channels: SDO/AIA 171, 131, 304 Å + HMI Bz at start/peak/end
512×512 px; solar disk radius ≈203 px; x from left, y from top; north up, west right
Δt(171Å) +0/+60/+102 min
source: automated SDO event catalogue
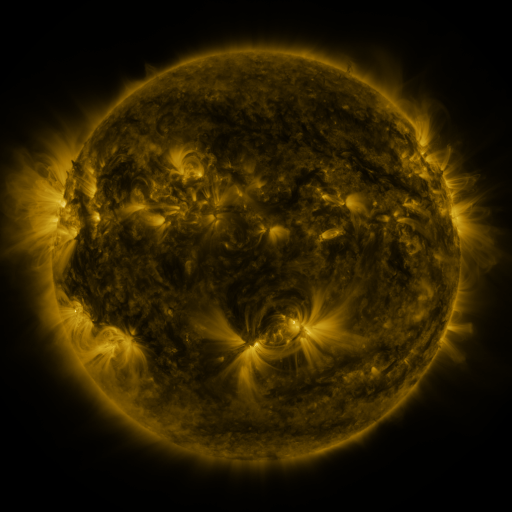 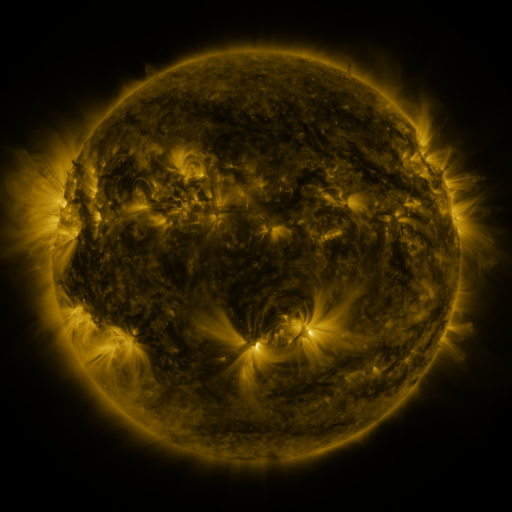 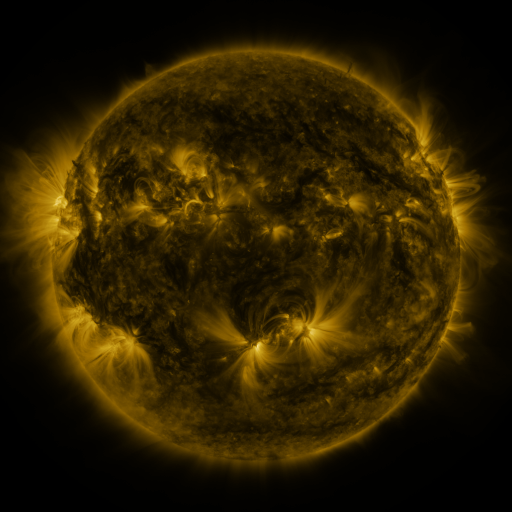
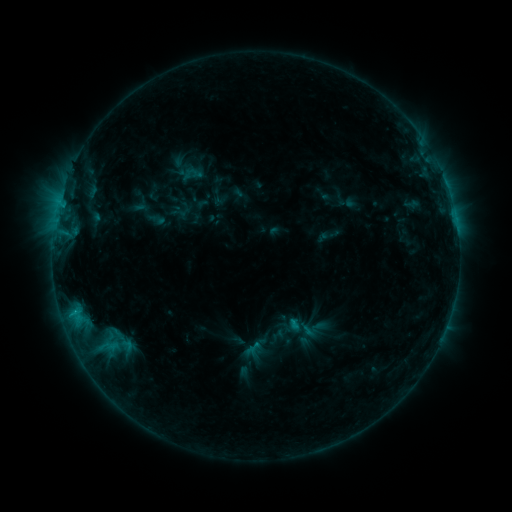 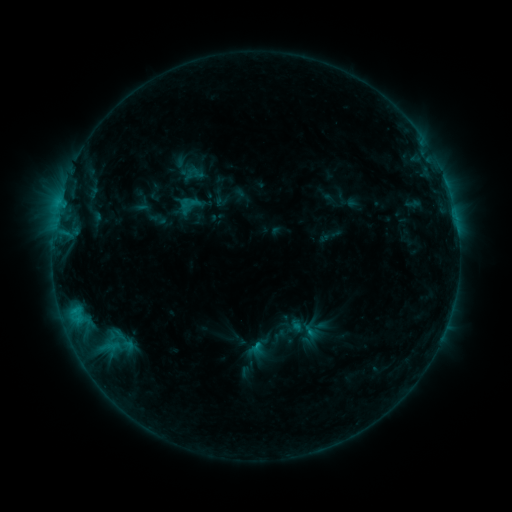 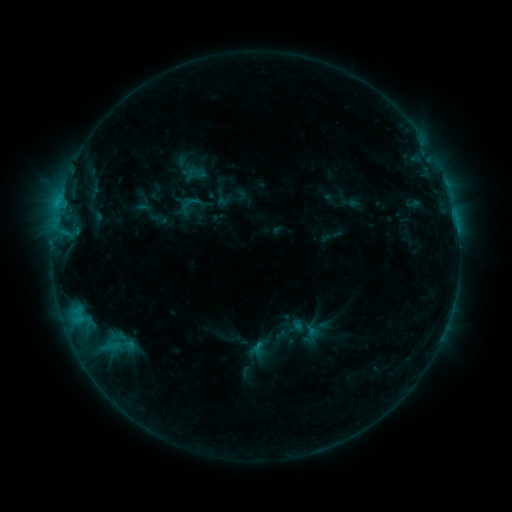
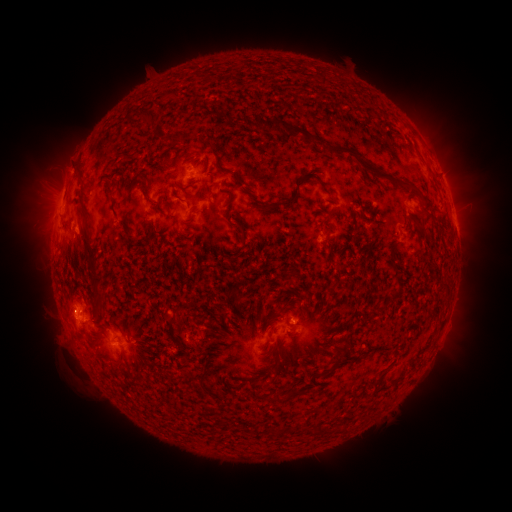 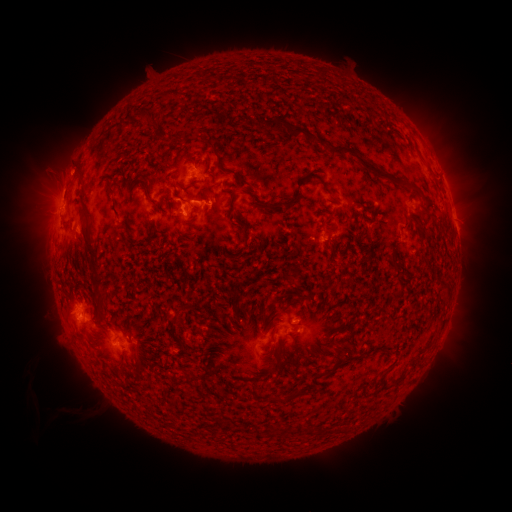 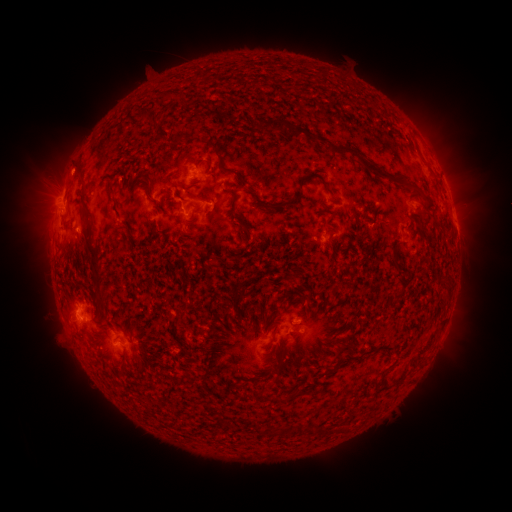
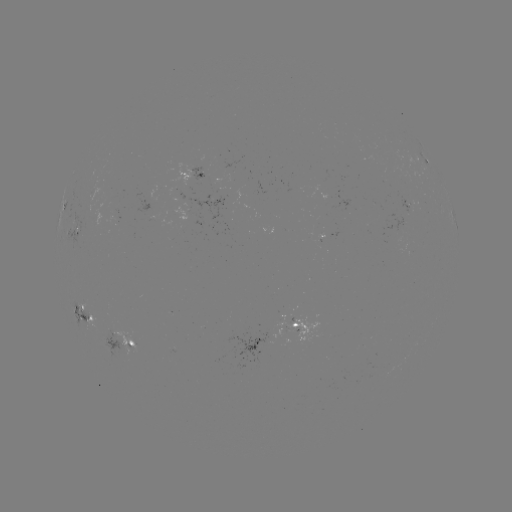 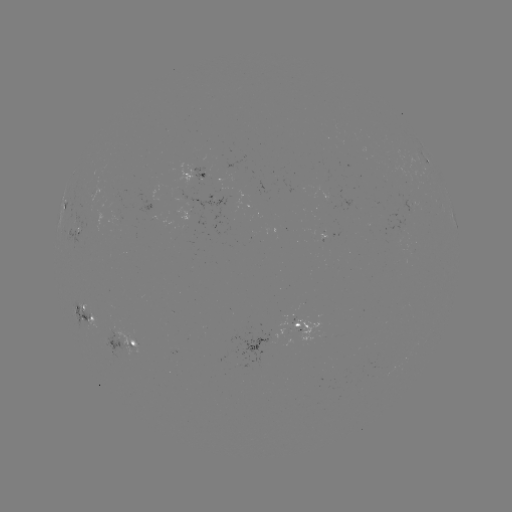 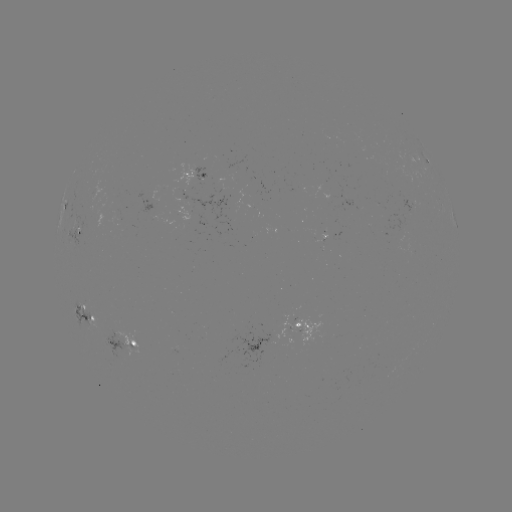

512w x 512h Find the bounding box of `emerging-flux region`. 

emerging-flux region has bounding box [106, 214, 122, 225].